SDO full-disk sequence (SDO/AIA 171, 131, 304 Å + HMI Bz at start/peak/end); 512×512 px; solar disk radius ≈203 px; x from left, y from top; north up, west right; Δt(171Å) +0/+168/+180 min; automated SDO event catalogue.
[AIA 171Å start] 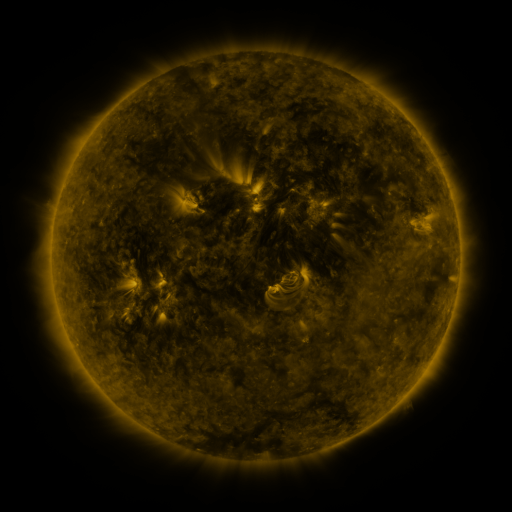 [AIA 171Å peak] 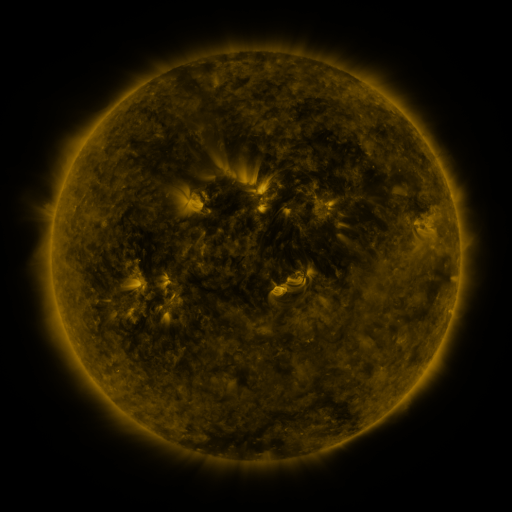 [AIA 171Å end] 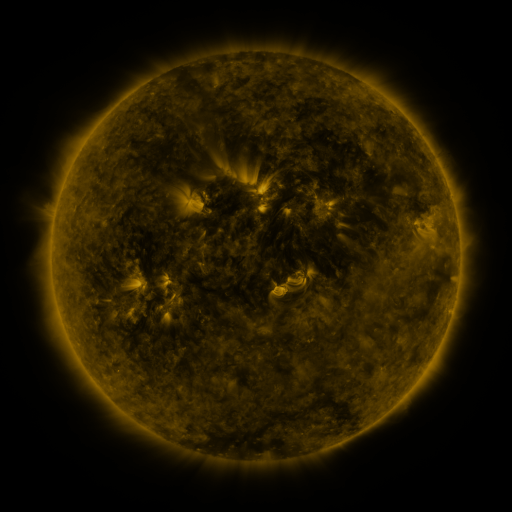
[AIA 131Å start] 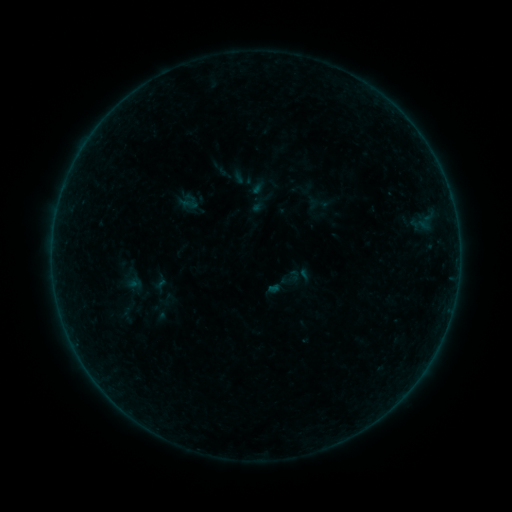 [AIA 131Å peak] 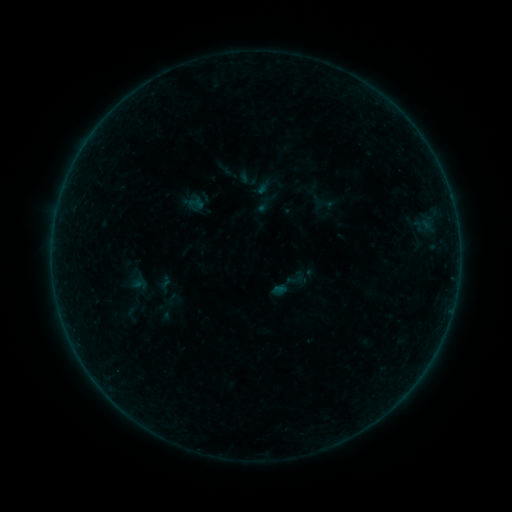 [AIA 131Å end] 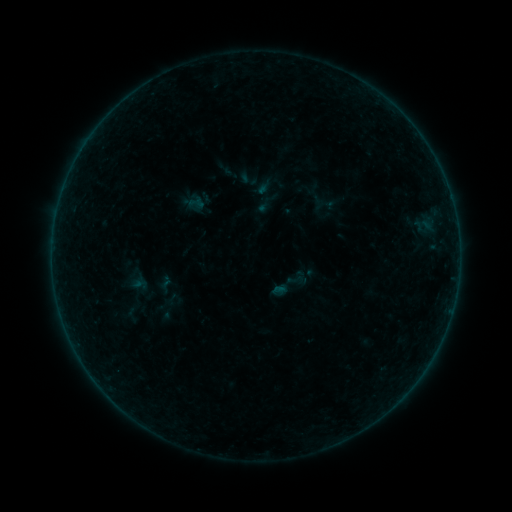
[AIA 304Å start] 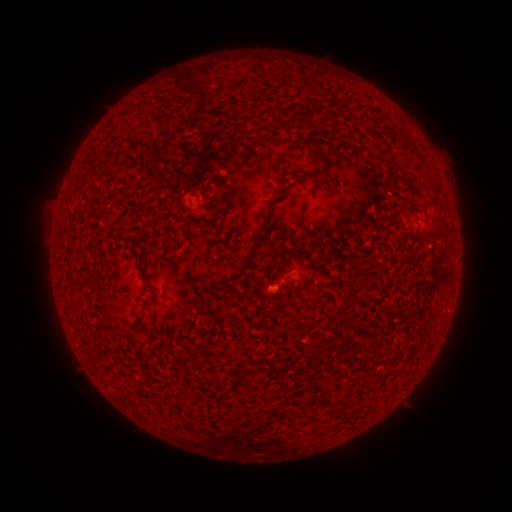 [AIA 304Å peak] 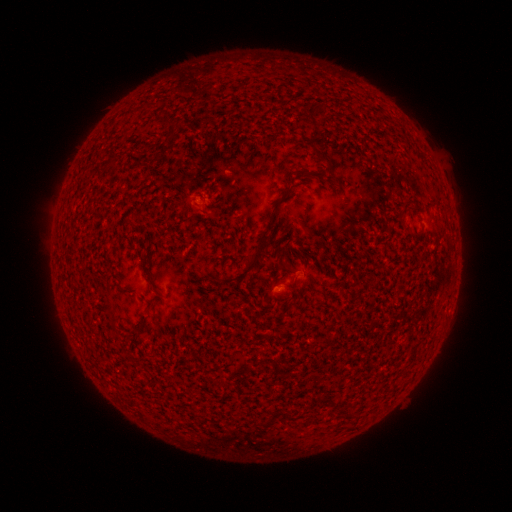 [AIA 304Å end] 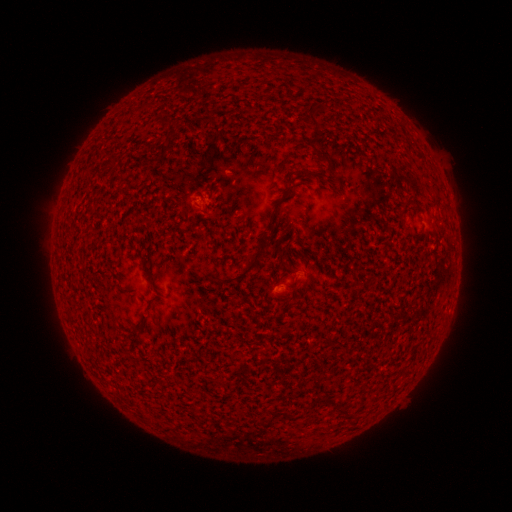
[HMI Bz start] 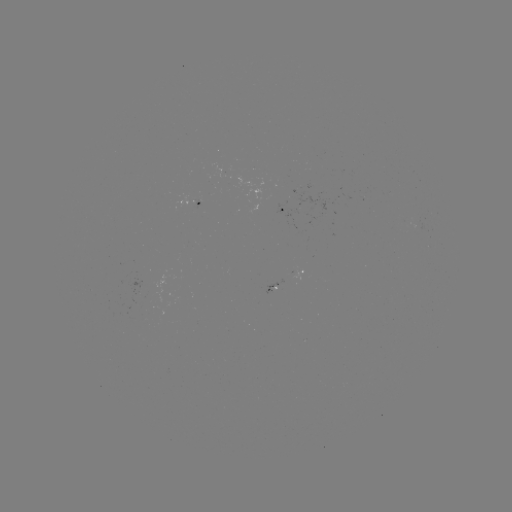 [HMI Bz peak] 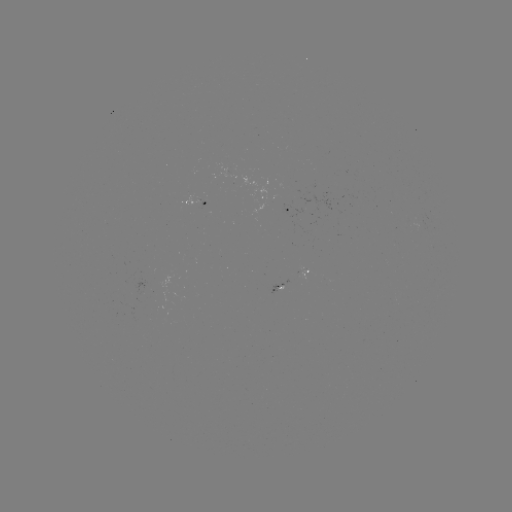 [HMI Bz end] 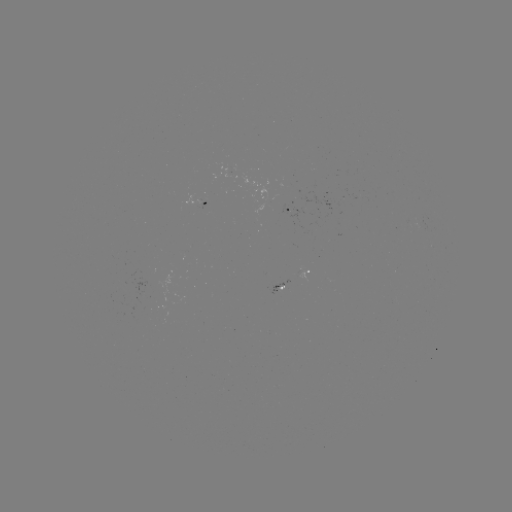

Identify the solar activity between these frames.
emerging-flux region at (201, 202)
